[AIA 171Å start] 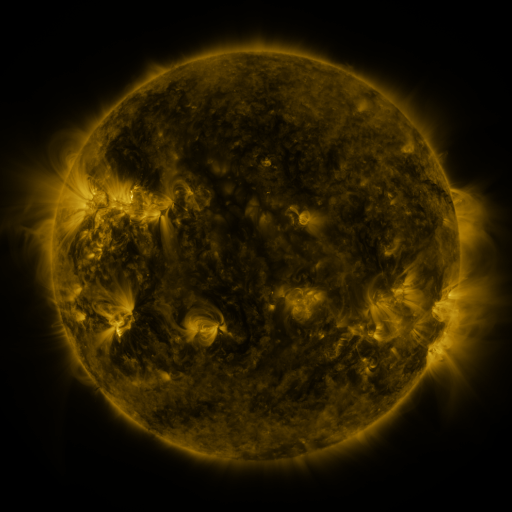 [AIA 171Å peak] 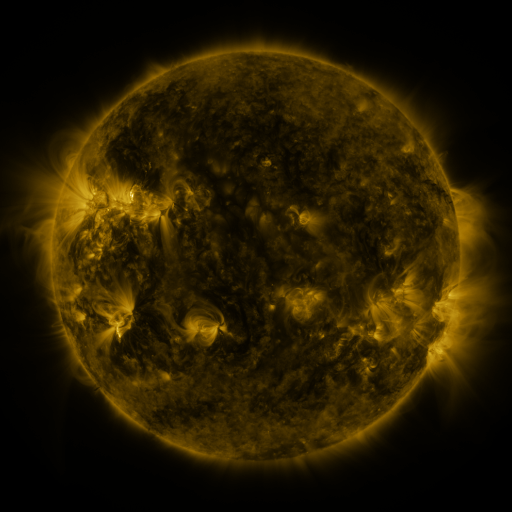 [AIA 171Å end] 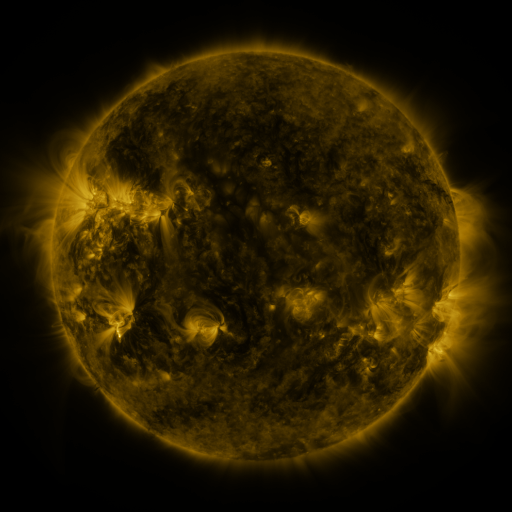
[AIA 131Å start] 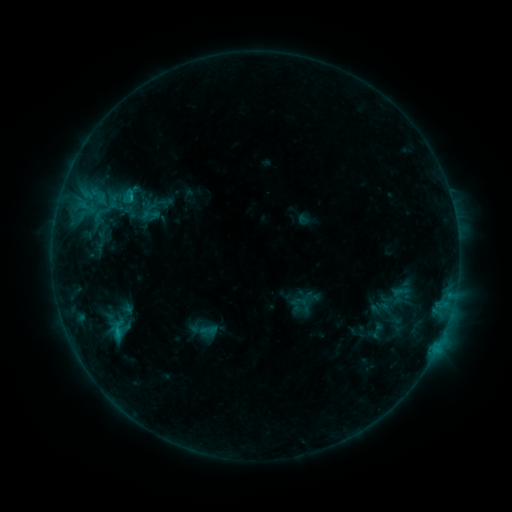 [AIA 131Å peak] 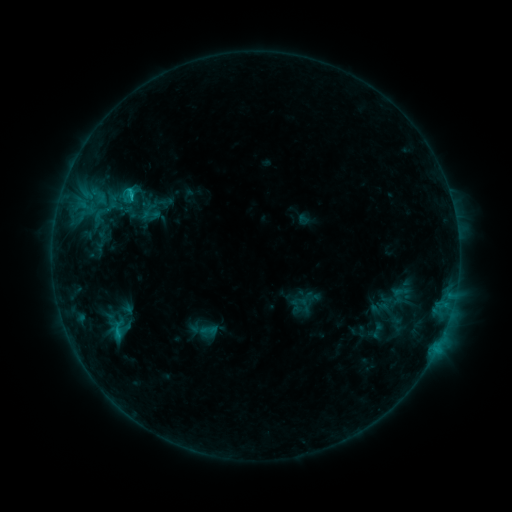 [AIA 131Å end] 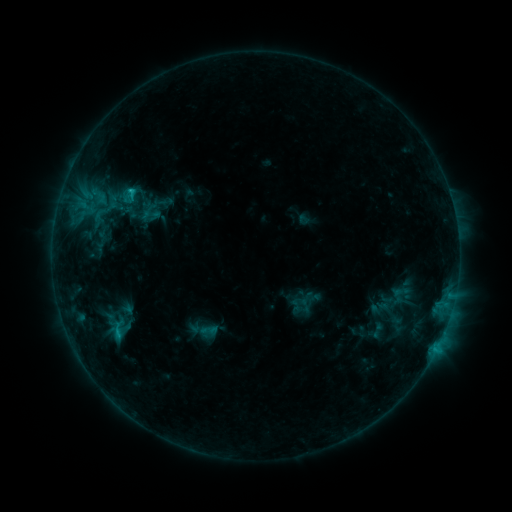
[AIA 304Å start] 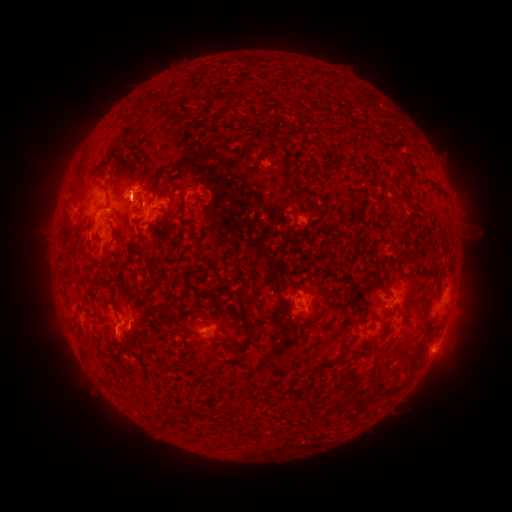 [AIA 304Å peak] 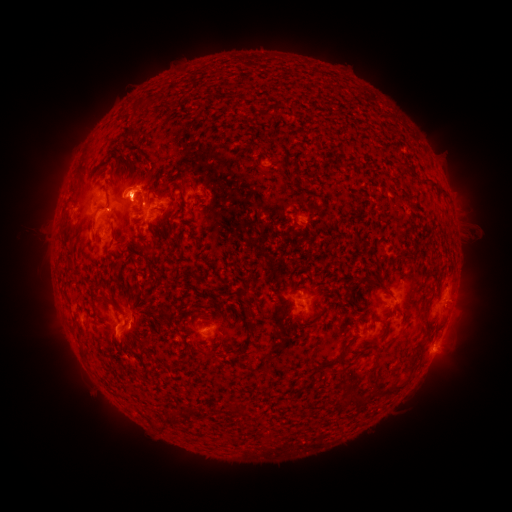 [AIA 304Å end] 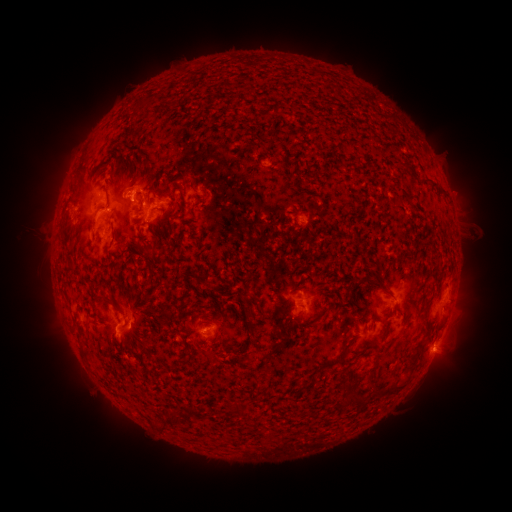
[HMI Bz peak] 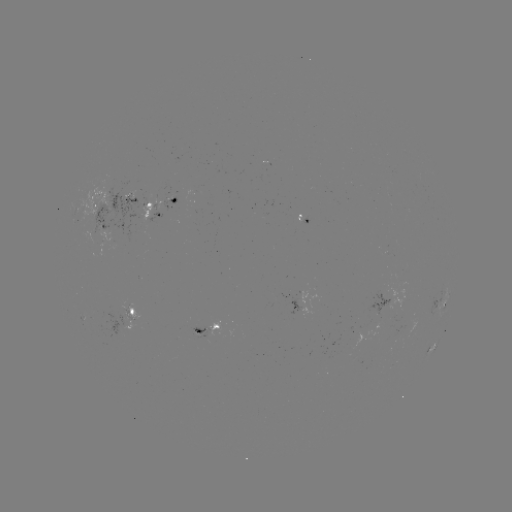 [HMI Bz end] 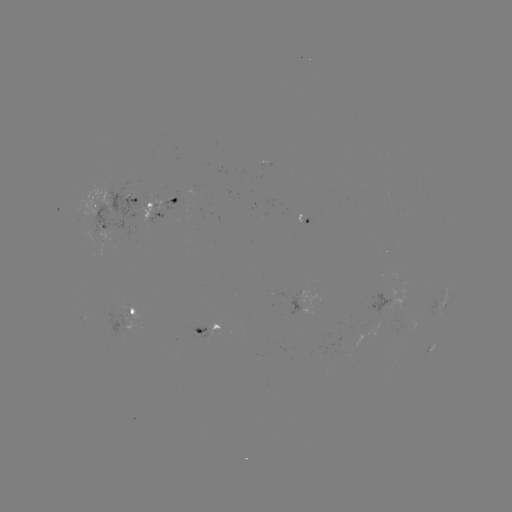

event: eruption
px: (148, 169)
